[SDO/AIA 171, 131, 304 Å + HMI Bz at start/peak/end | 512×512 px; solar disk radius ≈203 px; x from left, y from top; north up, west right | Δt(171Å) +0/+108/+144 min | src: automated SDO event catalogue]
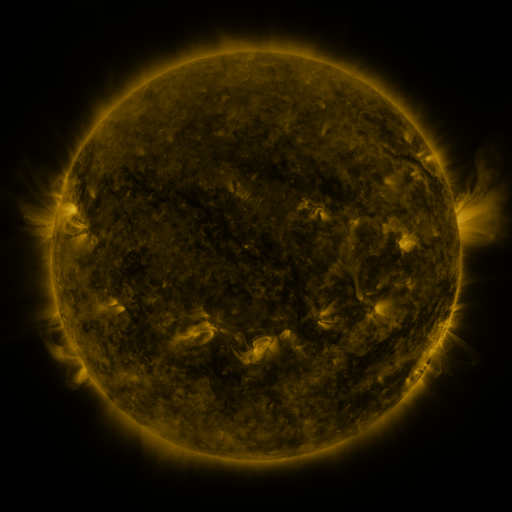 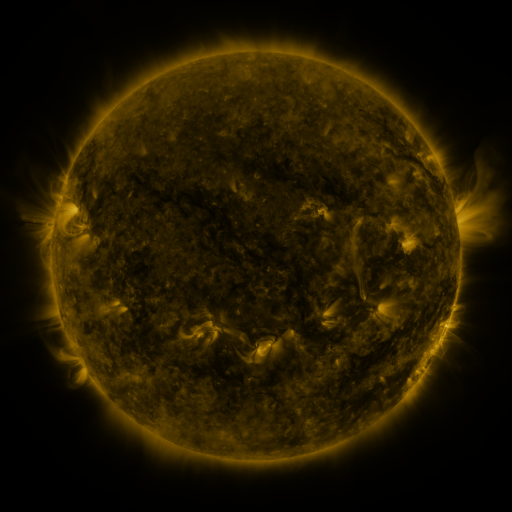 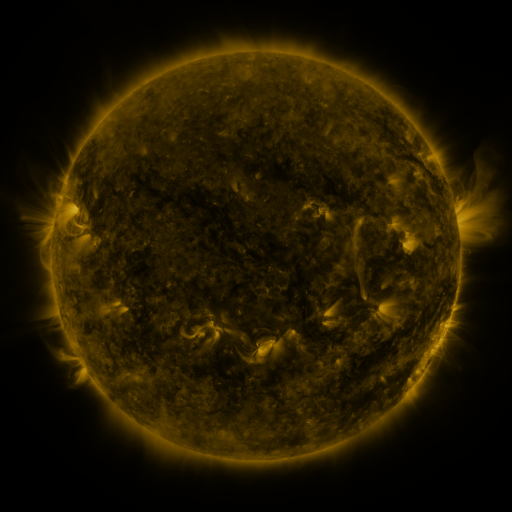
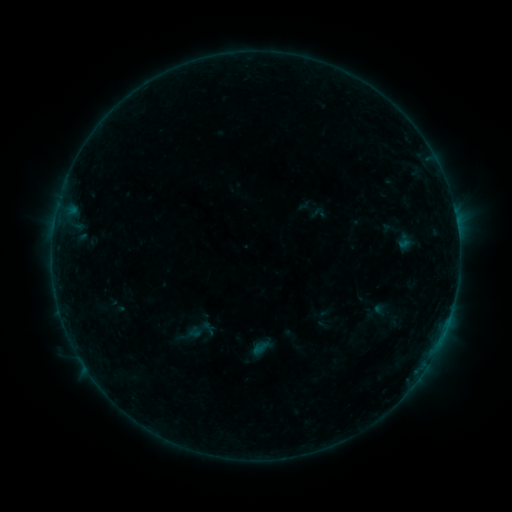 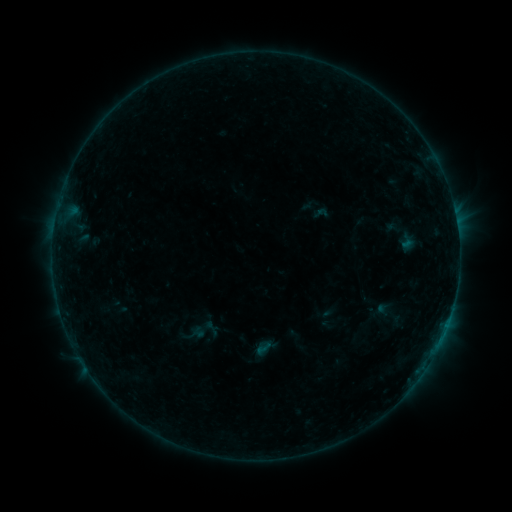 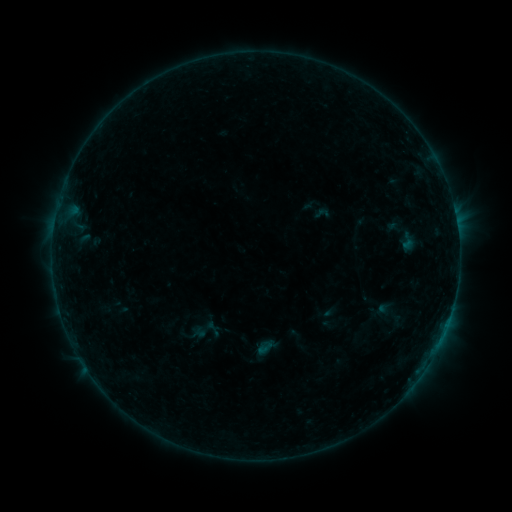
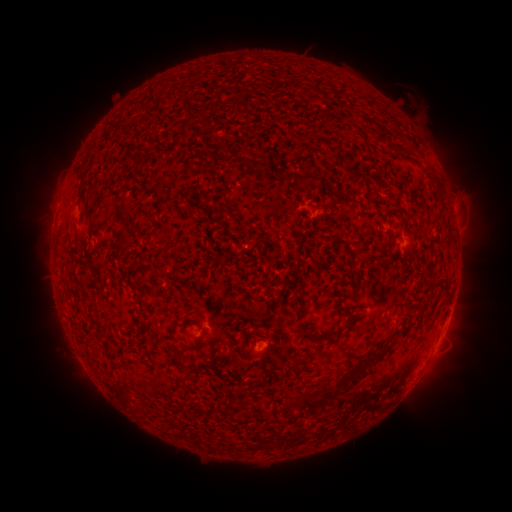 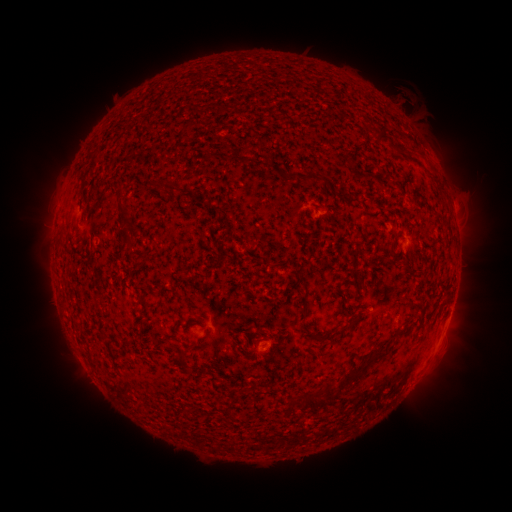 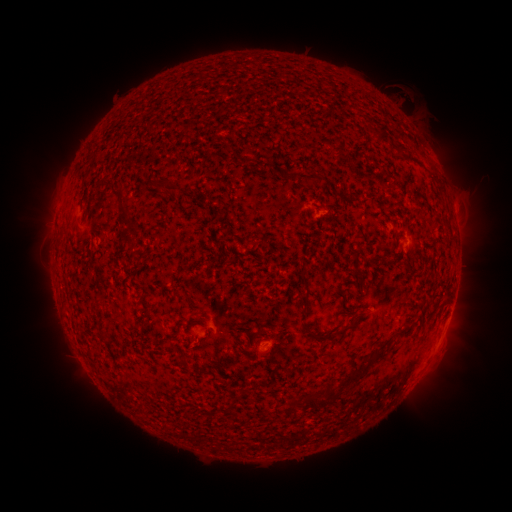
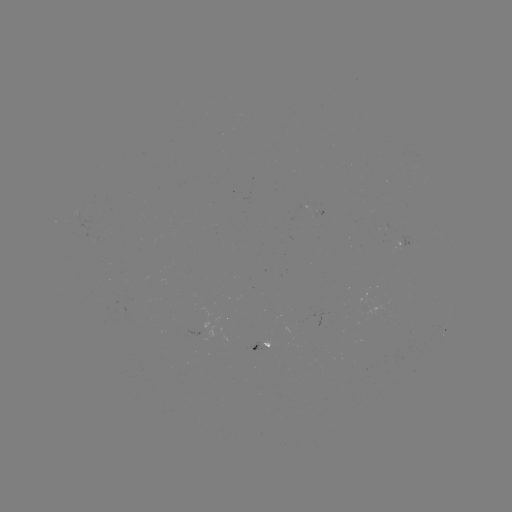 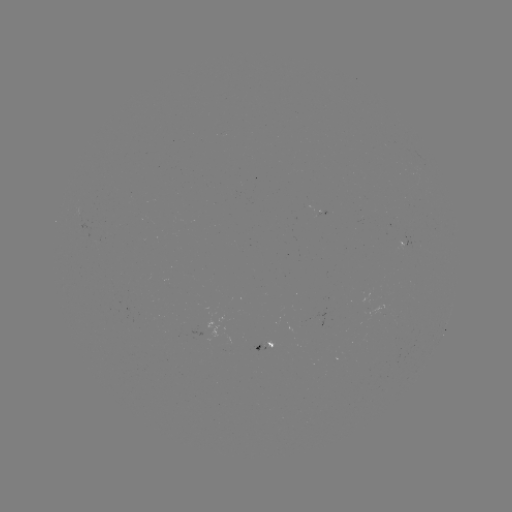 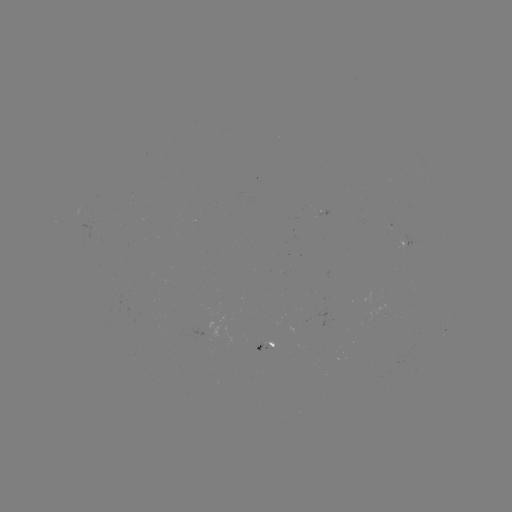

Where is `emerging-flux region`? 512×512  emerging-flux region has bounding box [312, 209, 328, 217].